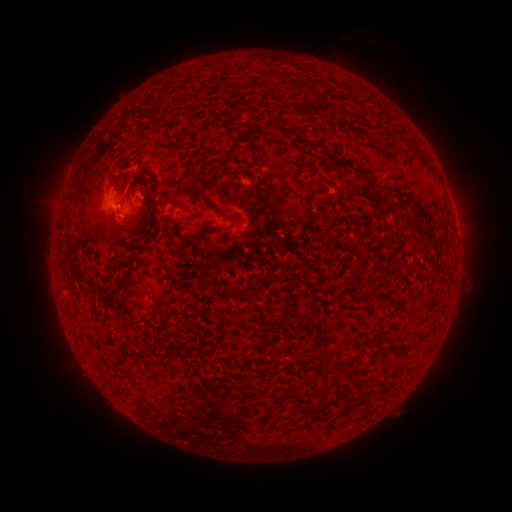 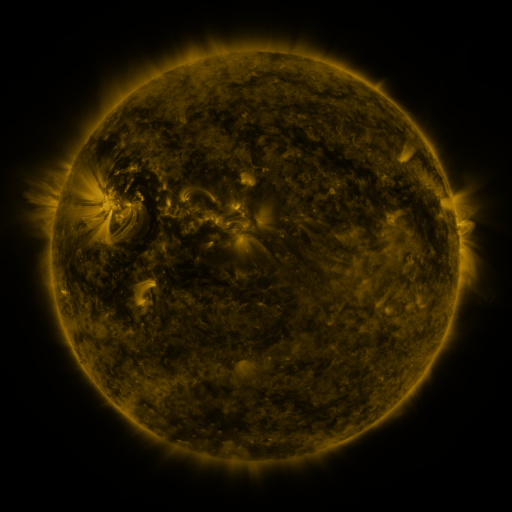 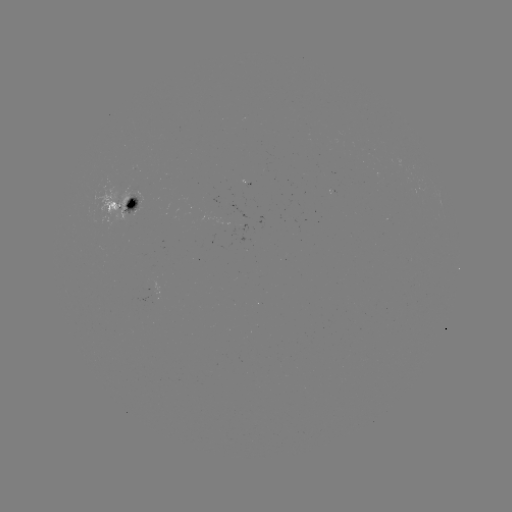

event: spotted active region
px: (121, 208)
